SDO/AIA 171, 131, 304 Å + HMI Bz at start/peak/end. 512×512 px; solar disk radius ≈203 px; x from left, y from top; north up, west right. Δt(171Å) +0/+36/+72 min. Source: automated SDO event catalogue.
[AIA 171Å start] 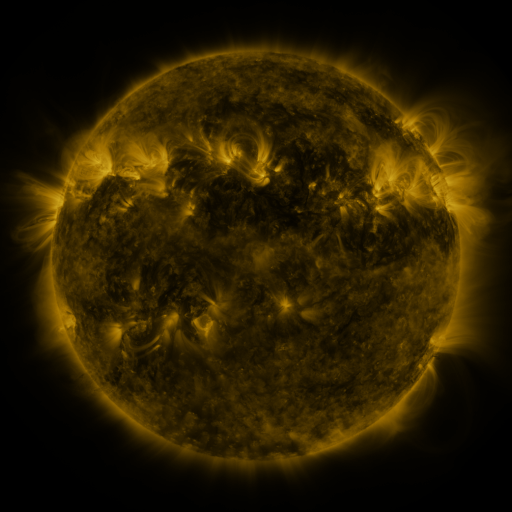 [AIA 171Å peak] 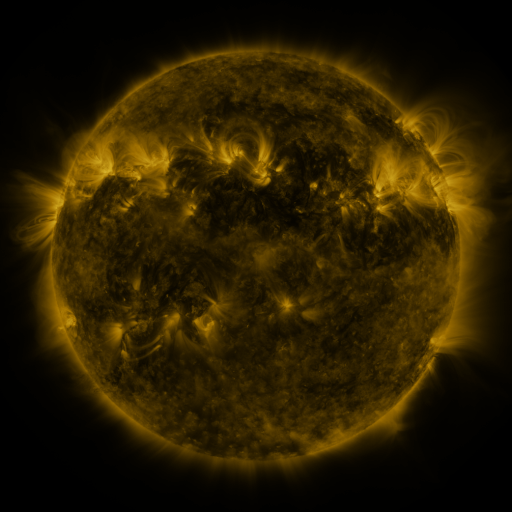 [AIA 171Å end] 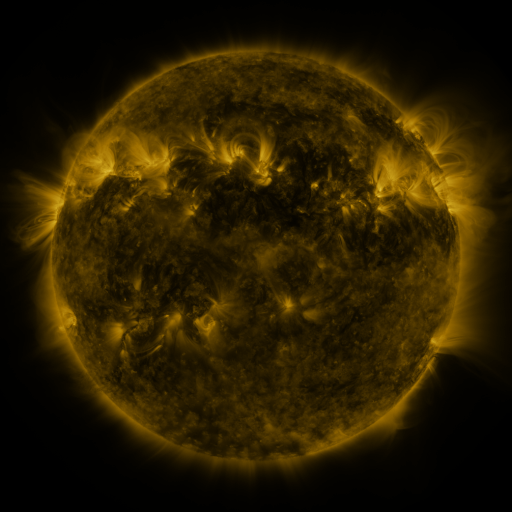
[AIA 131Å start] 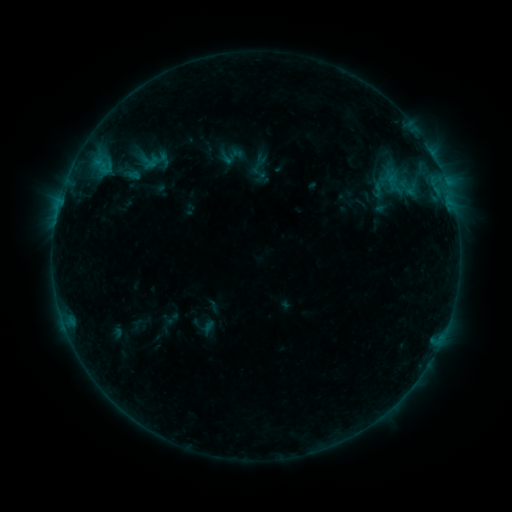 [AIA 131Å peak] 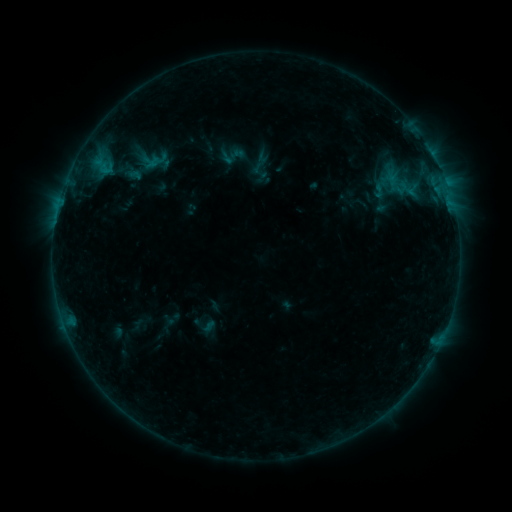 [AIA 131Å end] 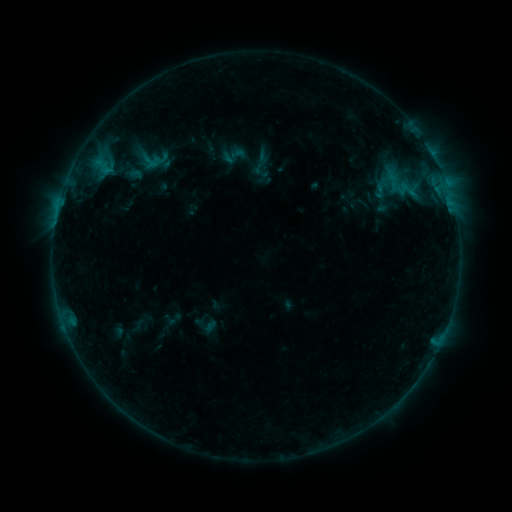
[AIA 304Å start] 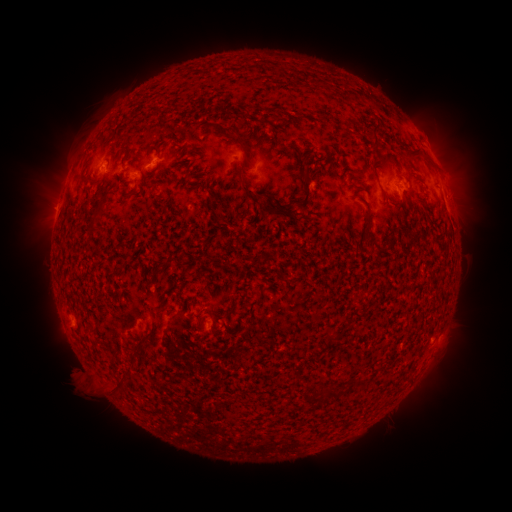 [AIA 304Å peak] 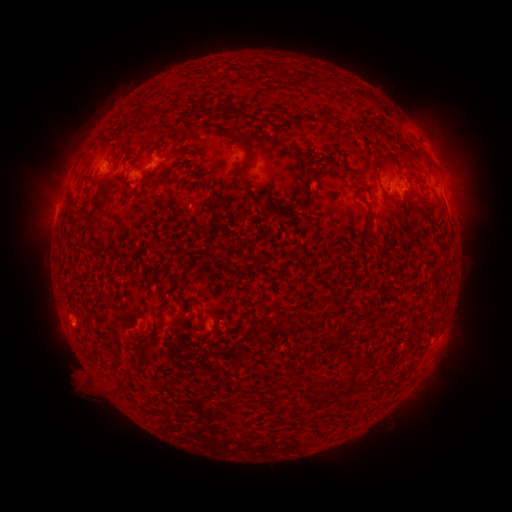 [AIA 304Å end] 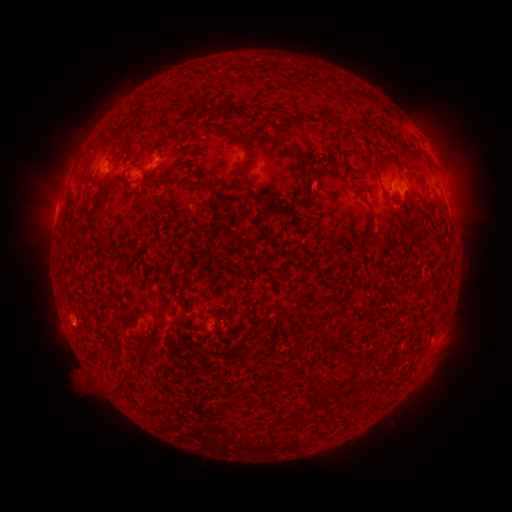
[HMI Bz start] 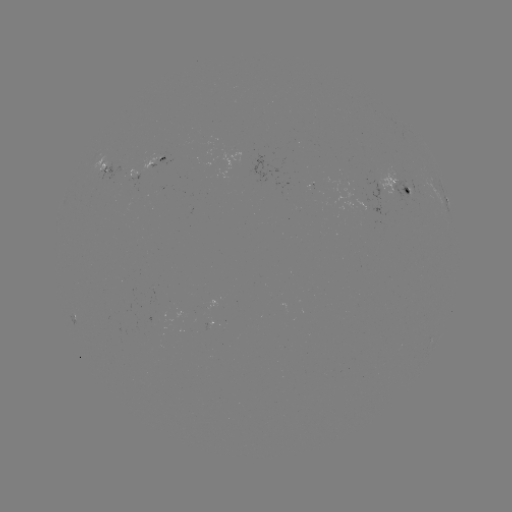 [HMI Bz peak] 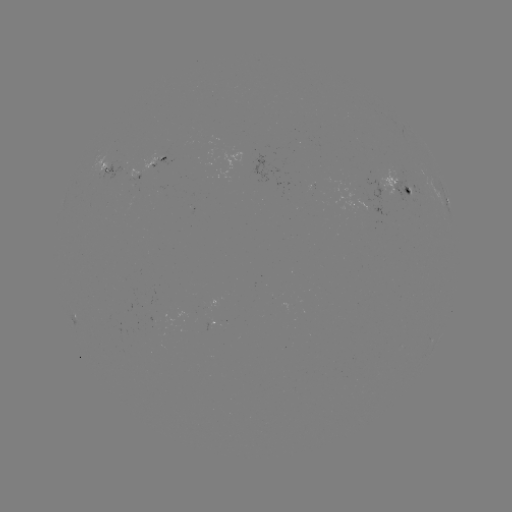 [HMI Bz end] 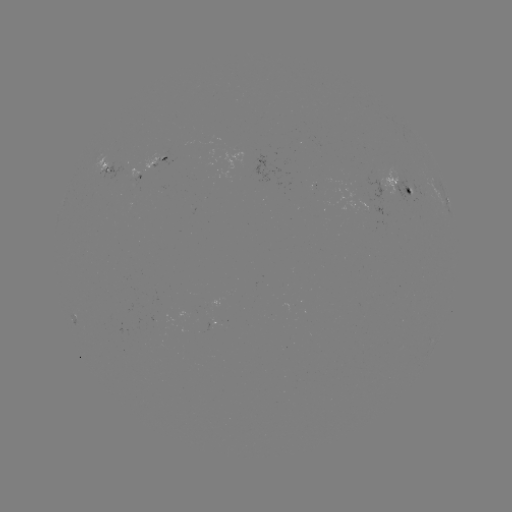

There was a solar emerging-flux region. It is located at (379, 187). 